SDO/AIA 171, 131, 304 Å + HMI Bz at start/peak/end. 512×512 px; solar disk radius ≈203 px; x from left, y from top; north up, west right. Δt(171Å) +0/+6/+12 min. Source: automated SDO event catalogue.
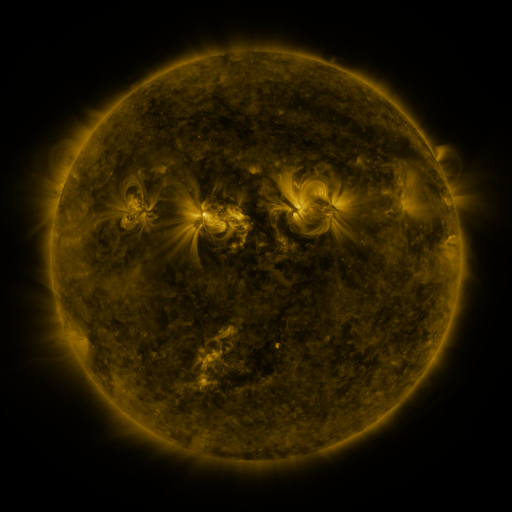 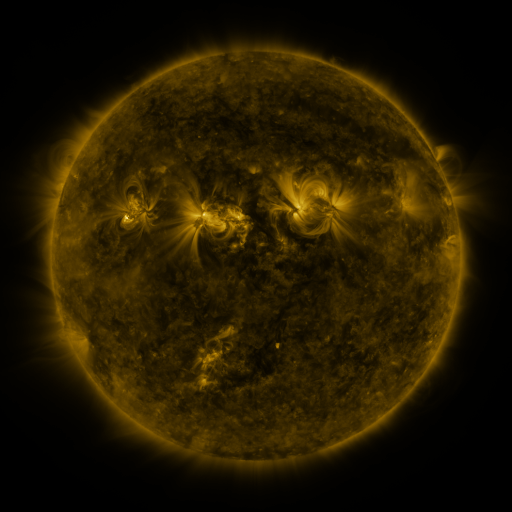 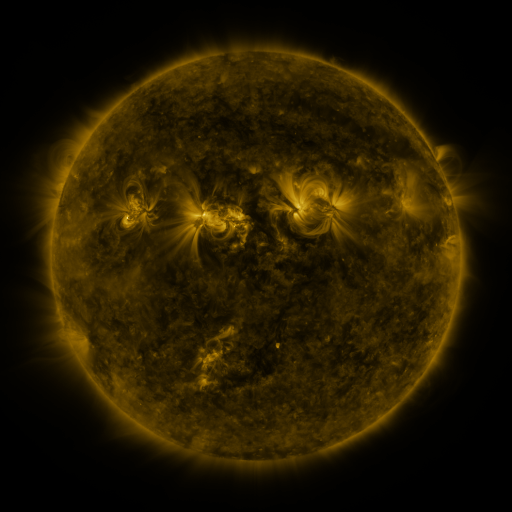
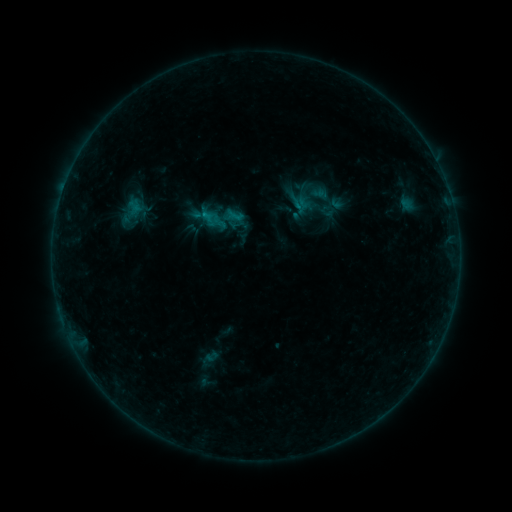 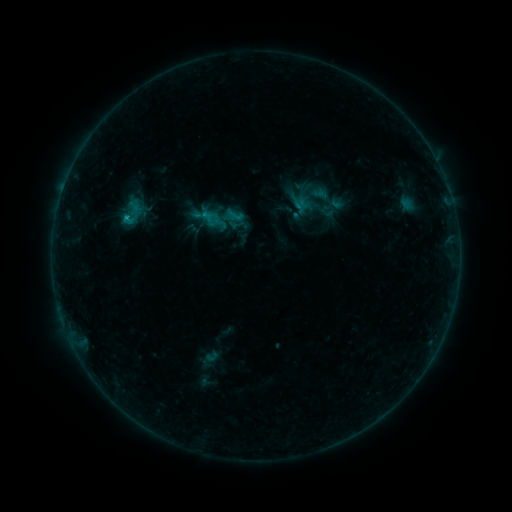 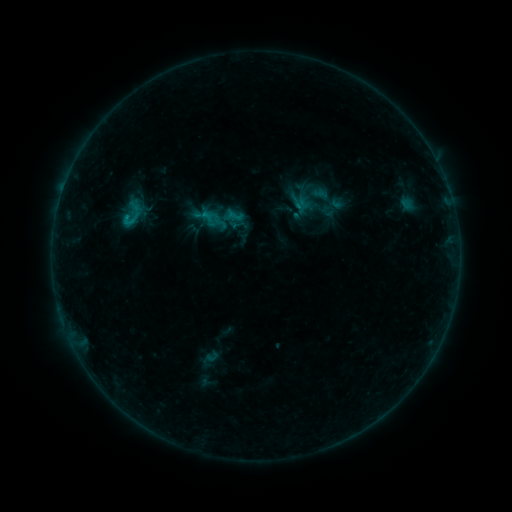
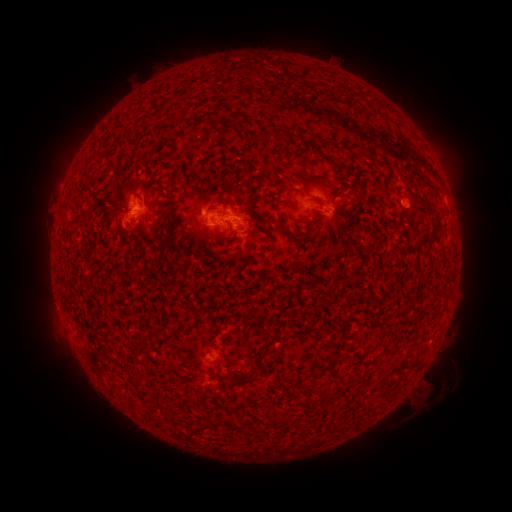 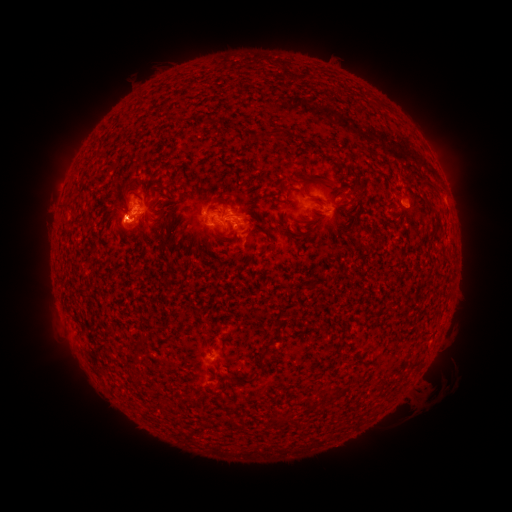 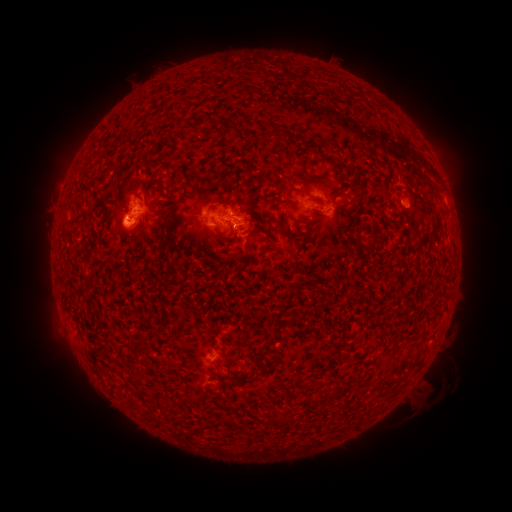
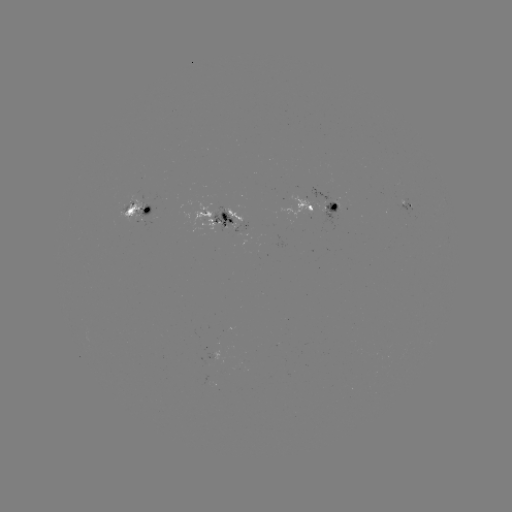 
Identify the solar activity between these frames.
C1.4 flare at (126, 218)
